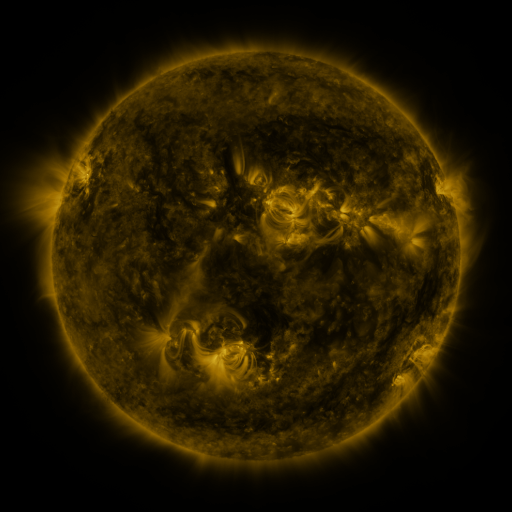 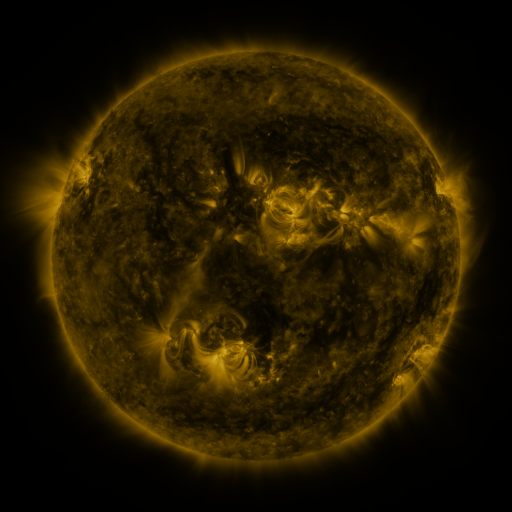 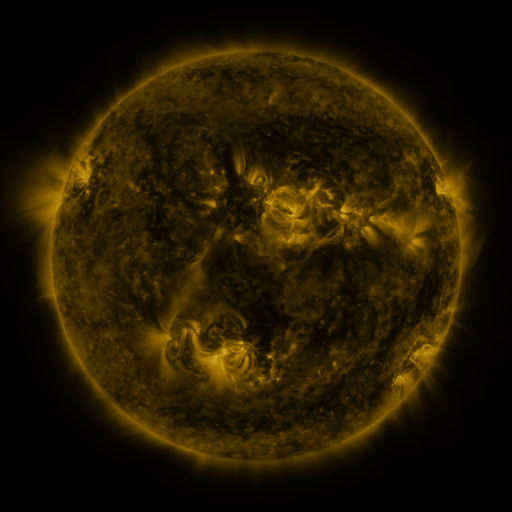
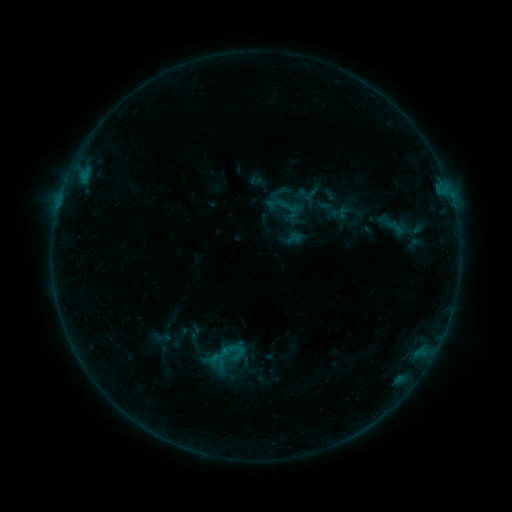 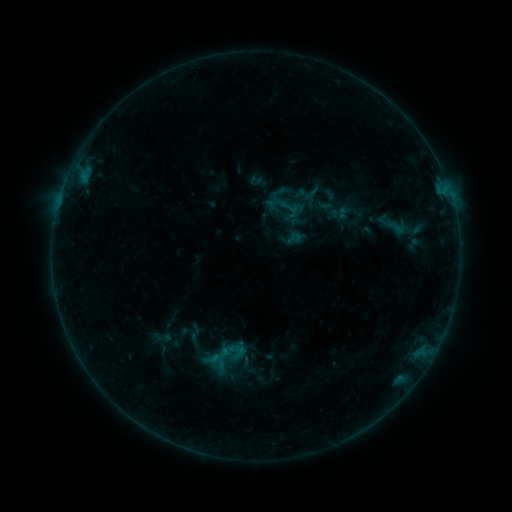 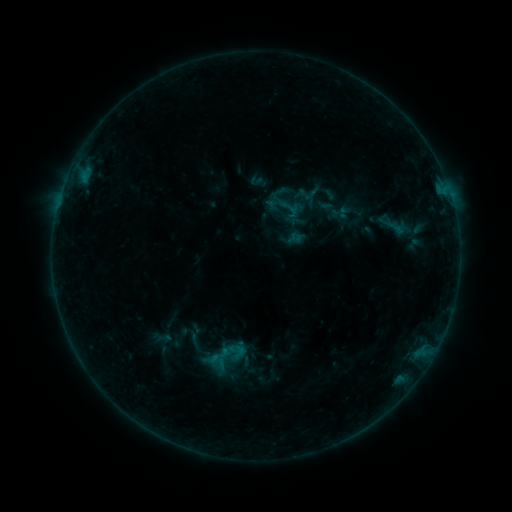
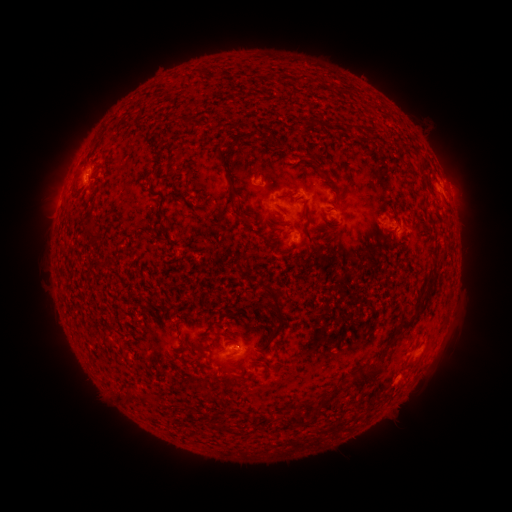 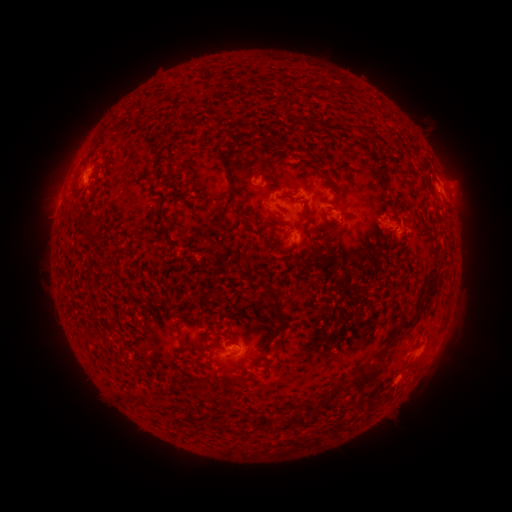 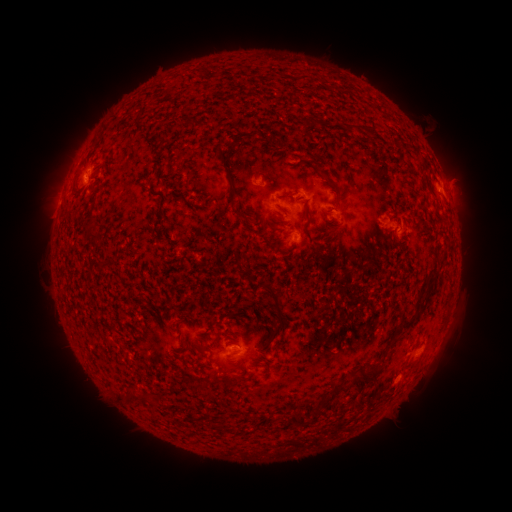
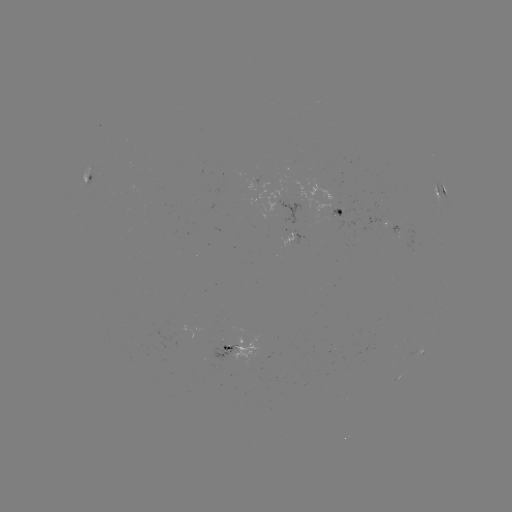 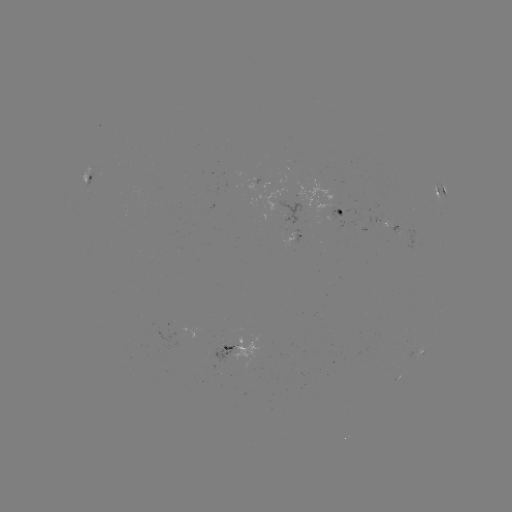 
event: eruption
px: (462, 180)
